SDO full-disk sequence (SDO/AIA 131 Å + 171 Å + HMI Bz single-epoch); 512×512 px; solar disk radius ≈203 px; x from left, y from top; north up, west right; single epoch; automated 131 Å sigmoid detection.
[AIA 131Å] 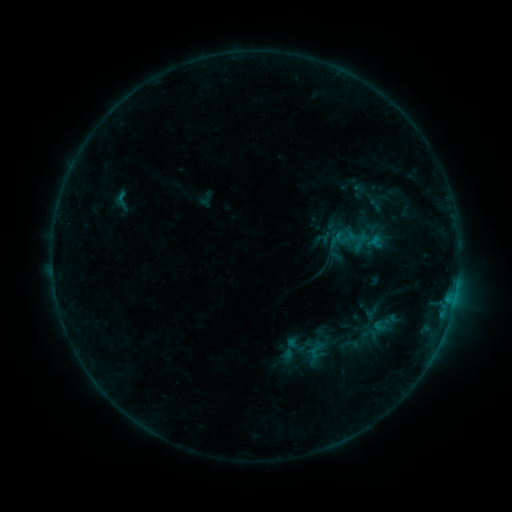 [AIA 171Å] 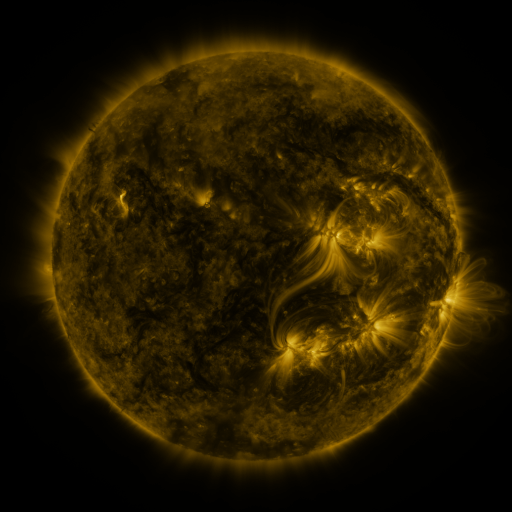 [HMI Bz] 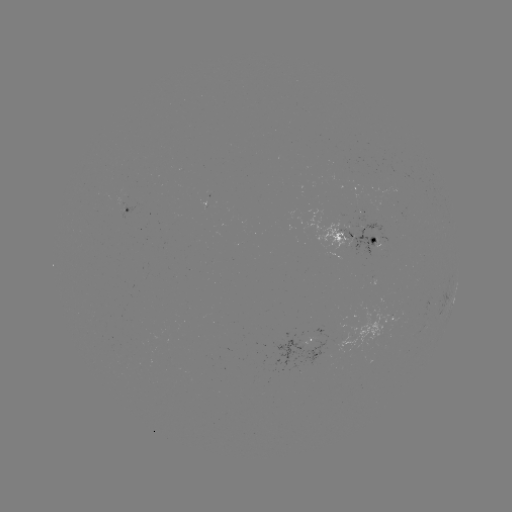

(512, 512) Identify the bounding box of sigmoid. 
[307, 343, 325, 361].